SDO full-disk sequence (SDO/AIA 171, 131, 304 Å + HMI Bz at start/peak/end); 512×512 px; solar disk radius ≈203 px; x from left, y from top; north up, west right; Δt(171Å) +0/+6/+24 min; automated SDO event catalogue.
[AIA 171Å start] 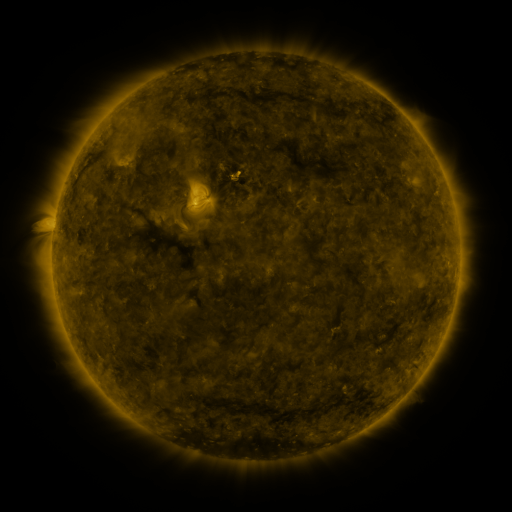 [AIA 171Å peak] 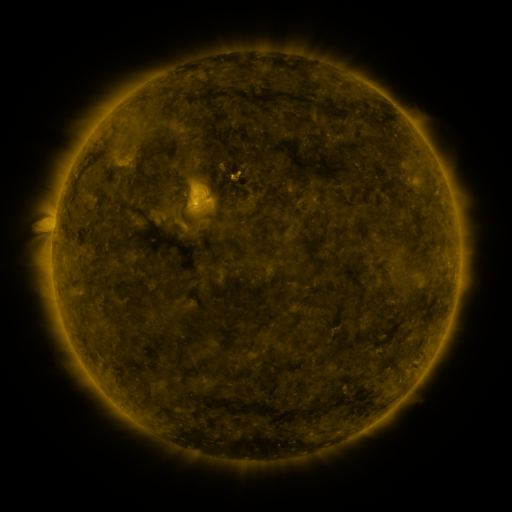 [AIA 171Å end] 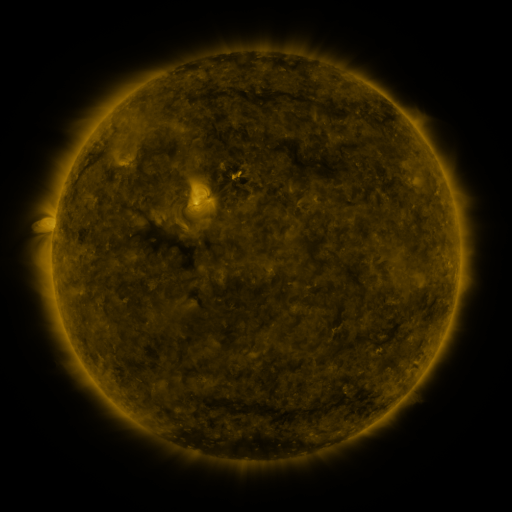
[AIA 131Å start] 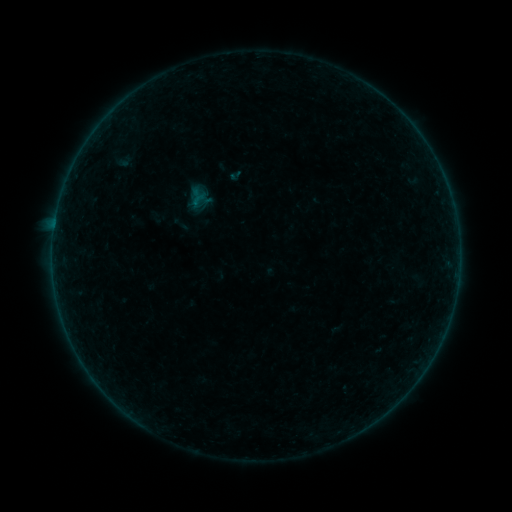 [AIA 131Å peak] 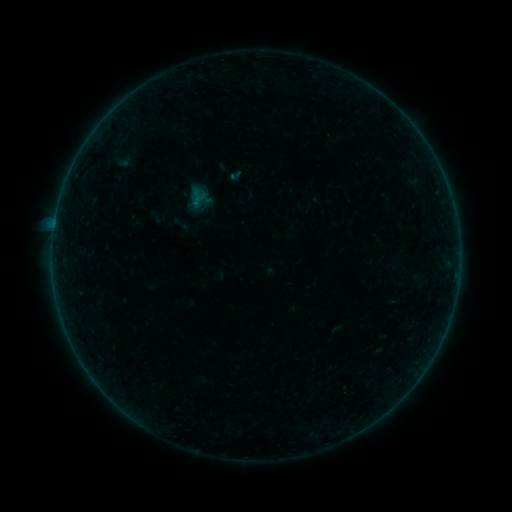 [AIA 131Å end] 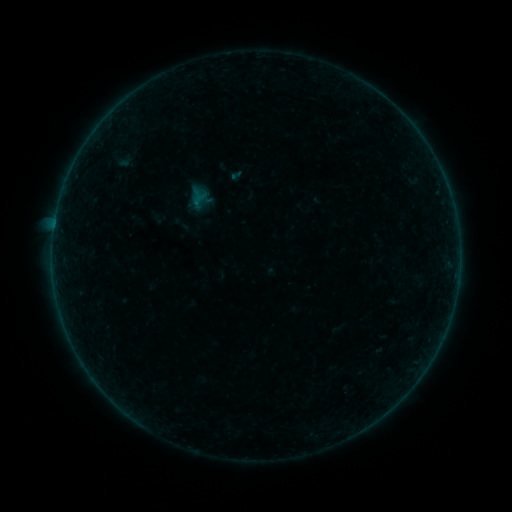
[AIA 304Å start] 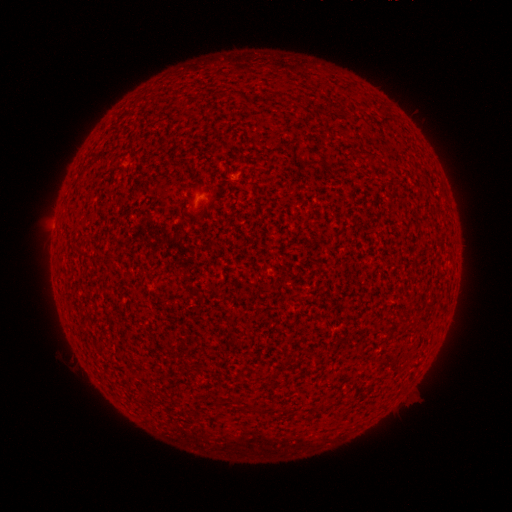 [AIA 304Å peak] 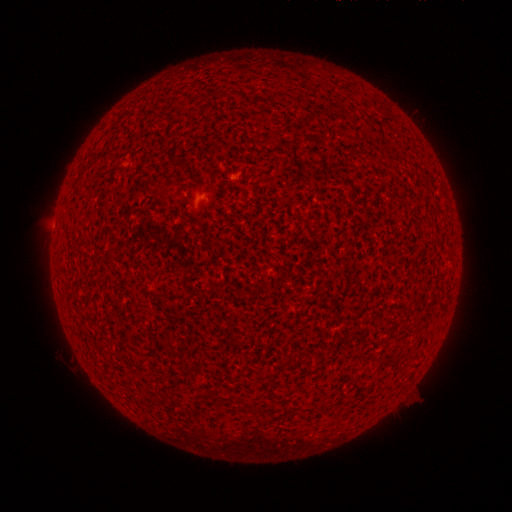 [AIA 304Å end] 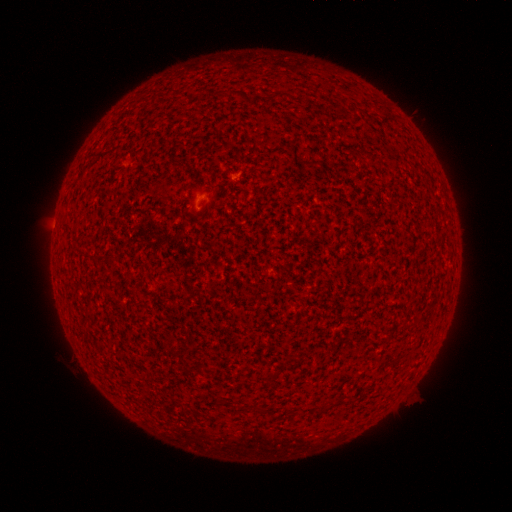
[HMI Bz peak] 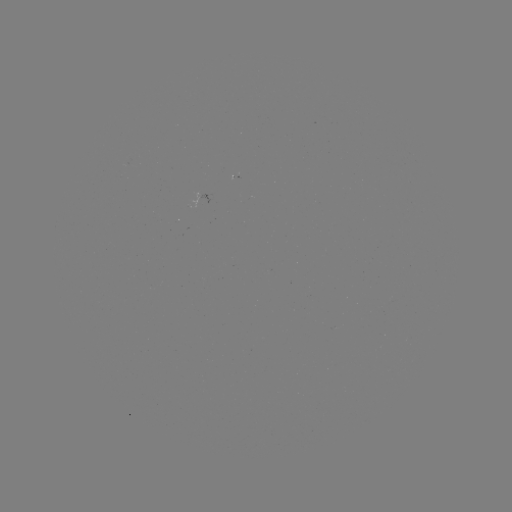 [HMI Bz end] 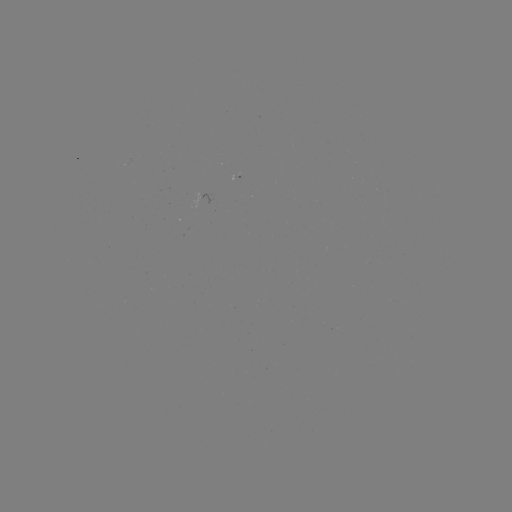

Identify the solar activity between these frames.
A7.5 flare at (235, 181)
